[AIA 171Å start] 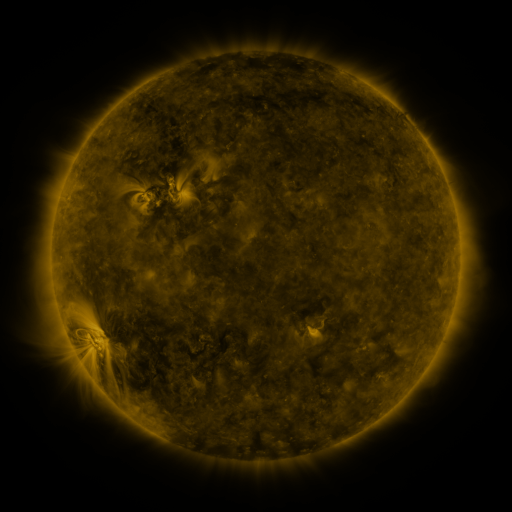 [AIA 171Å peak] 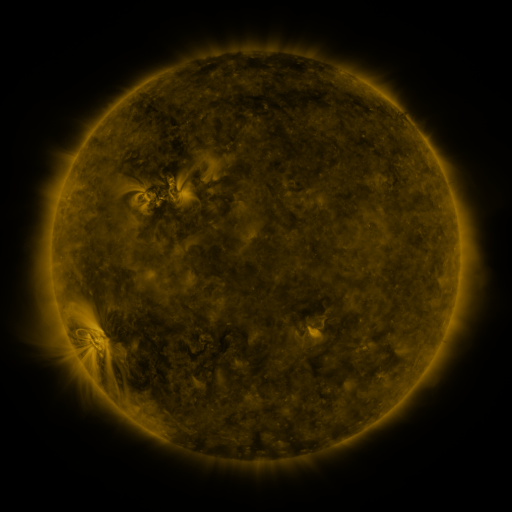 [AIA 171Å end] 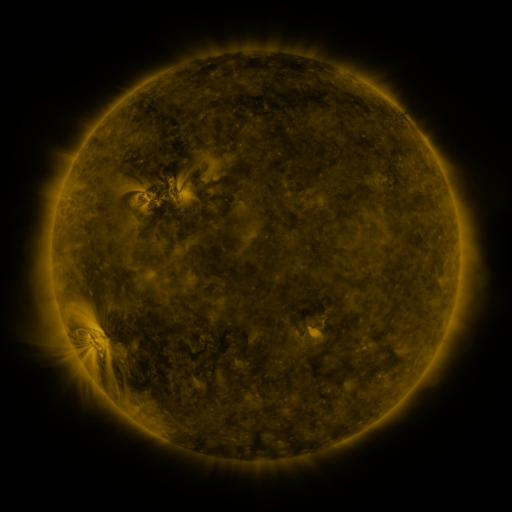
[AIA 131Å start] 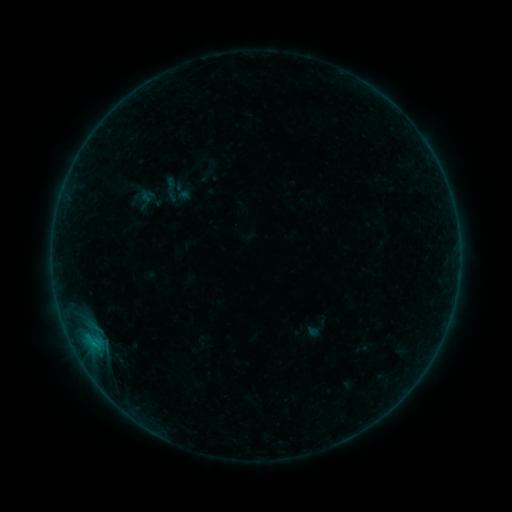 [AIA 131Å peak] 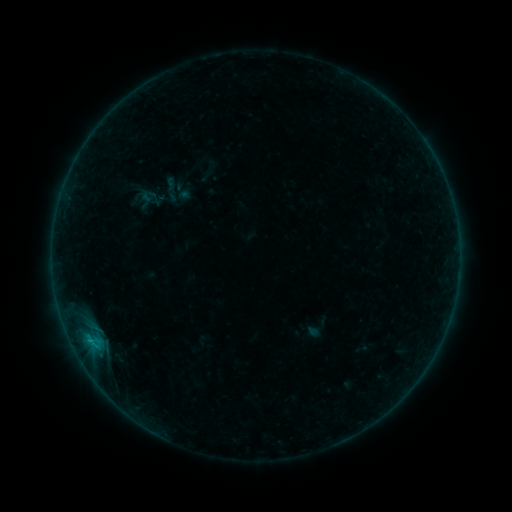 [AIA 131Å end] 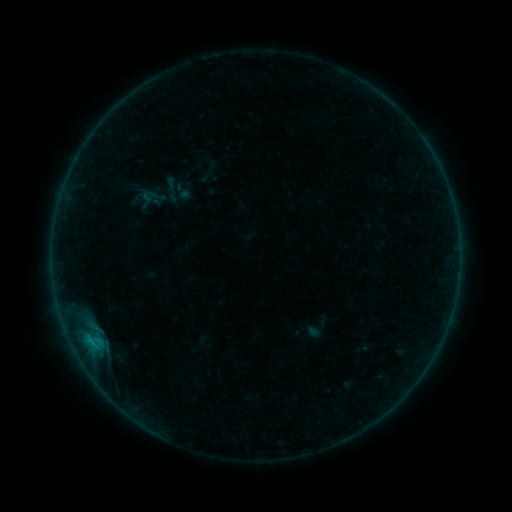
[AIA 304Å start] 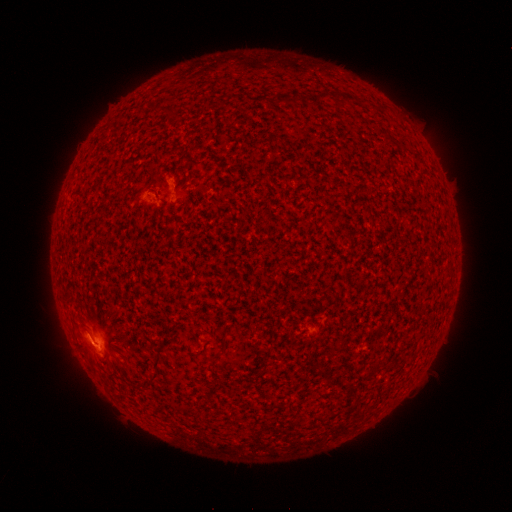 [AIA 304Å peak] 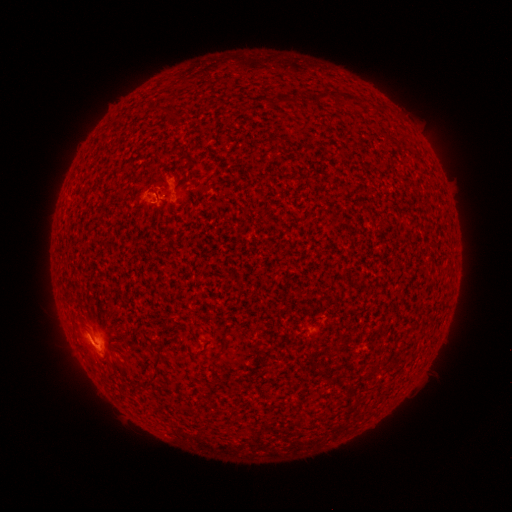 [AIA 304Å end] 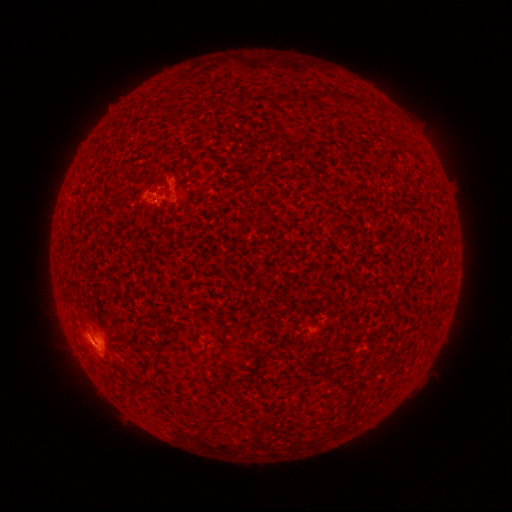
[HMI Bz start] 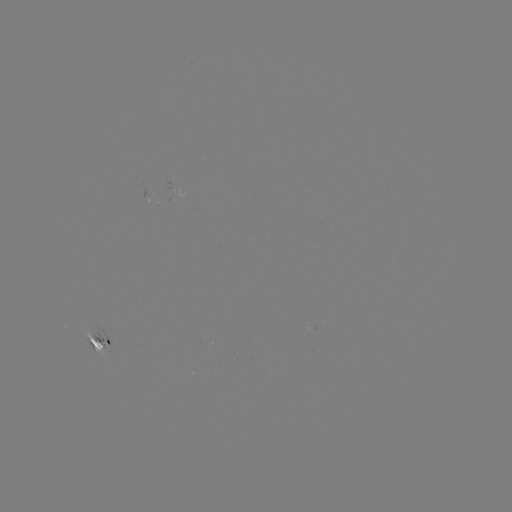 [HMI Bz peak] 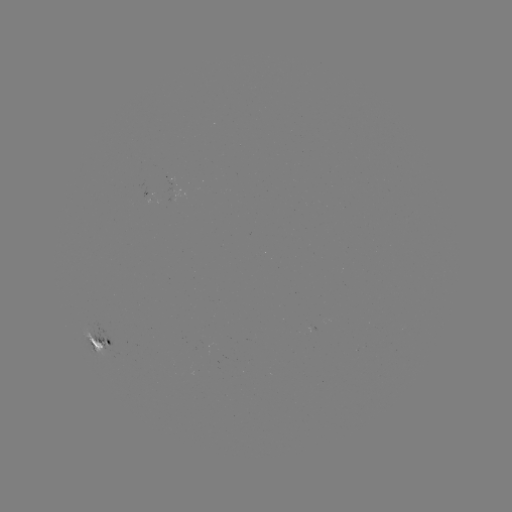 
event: flare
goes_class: B4.7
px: (90, 338)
